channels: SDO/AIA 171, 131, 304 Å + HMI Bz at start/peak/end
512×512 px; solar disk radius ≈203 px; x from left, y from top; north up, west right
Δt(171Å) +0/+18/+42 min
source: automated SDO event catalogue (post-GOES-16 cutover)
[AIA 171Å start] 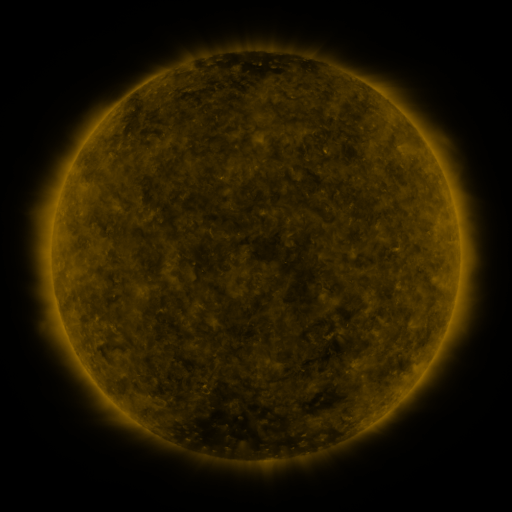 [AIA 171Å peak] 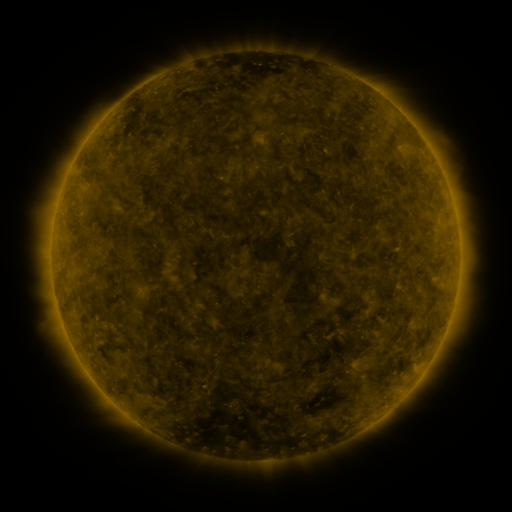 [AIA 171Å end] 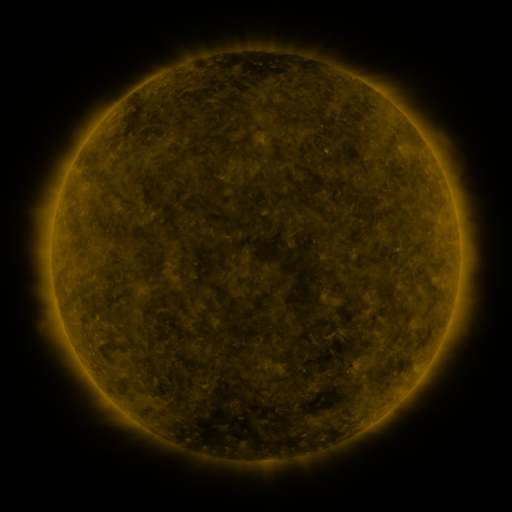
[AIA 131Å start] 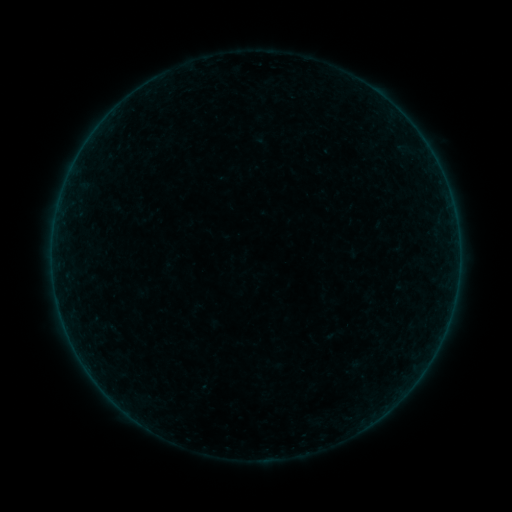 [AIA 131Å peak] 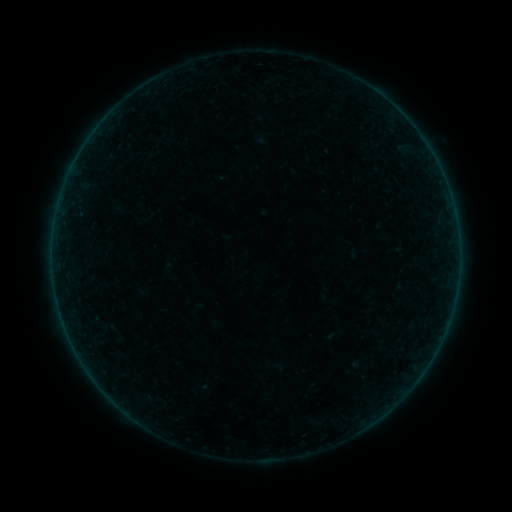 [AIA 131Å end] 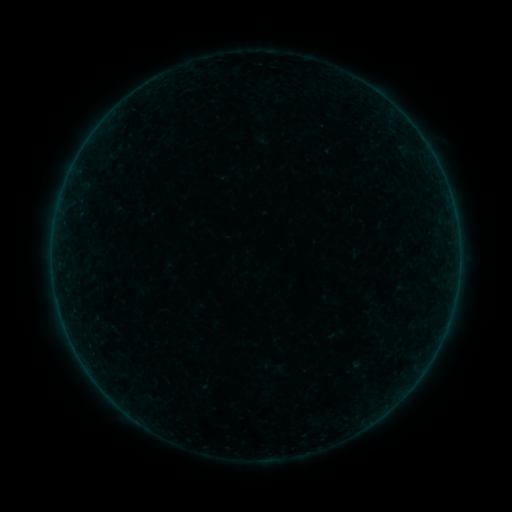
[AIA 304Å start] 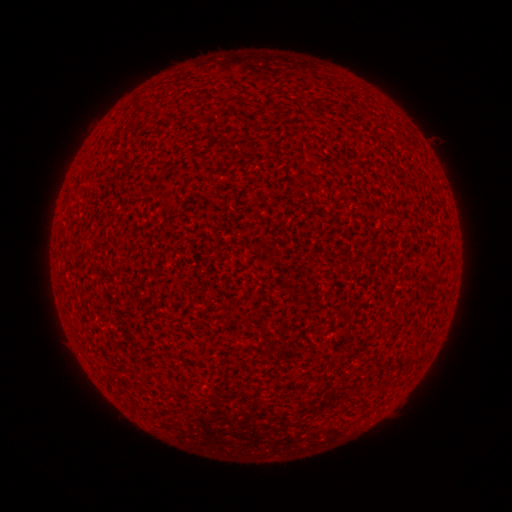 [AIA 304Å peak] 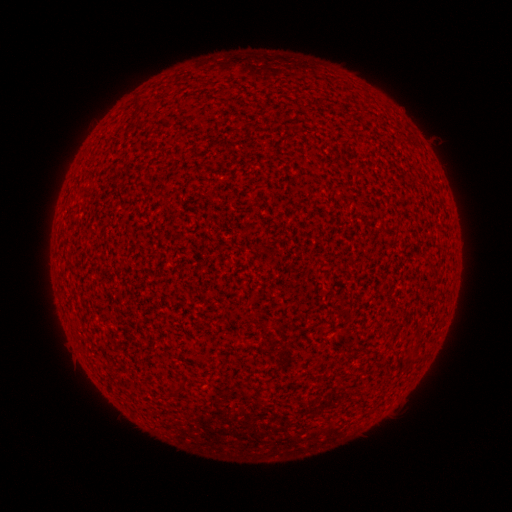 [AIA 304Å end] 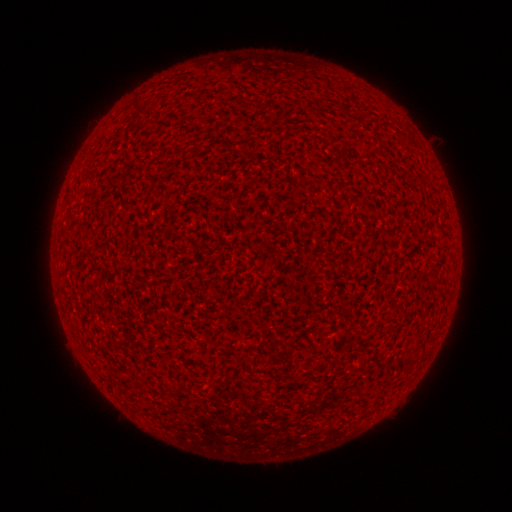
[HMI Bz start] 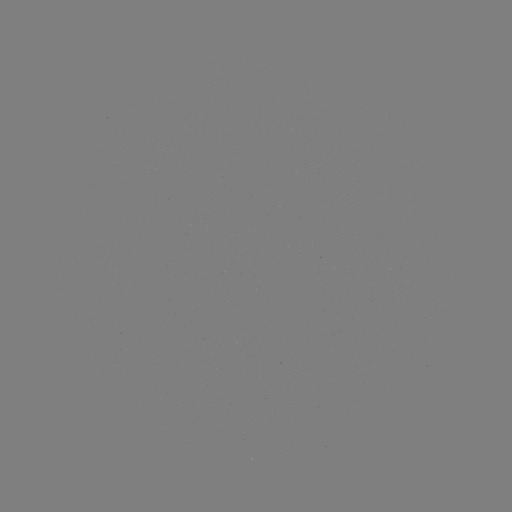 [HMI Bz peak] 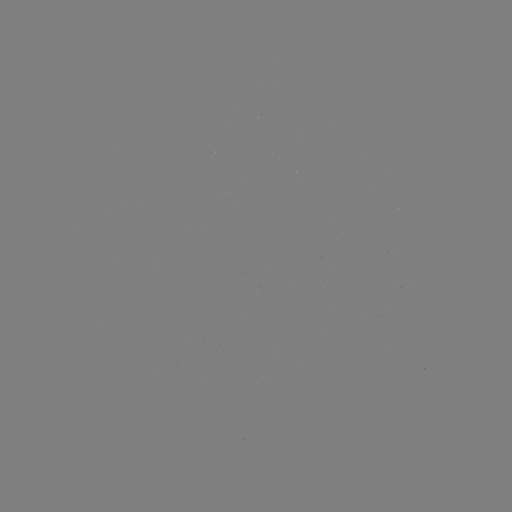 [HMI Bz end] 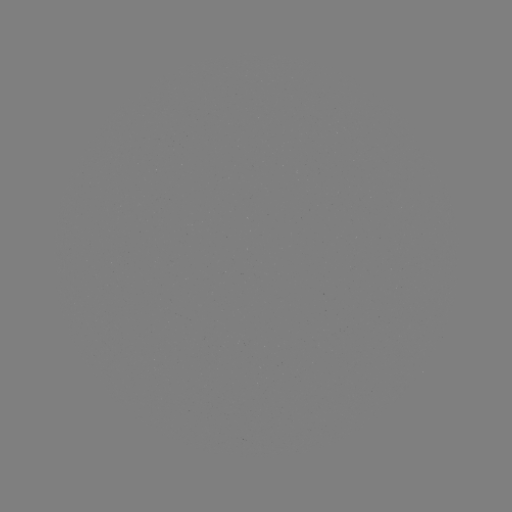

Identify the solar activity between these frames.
no classed flare was catalogued and no EUV brightening was flagged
